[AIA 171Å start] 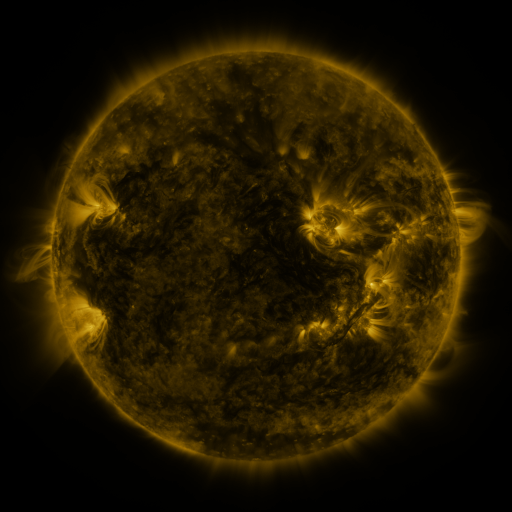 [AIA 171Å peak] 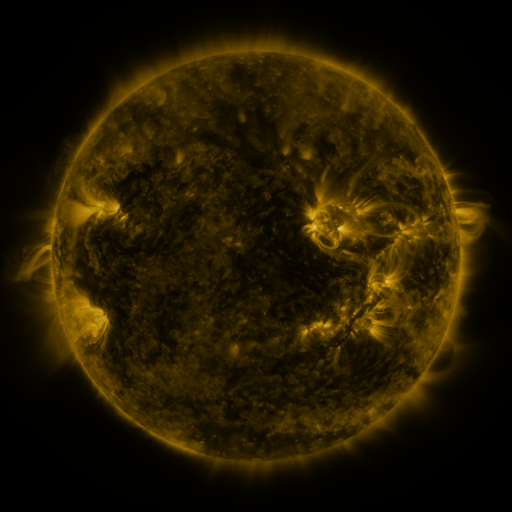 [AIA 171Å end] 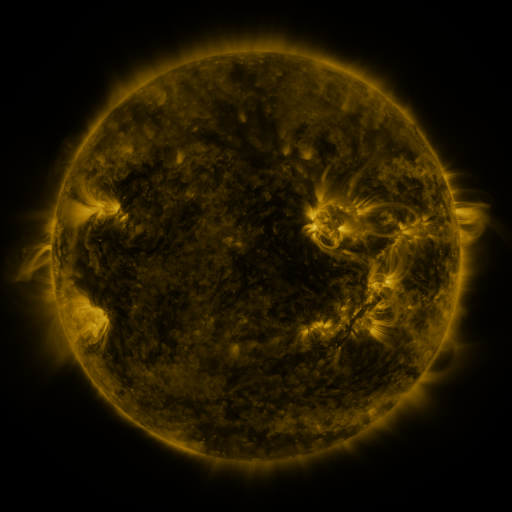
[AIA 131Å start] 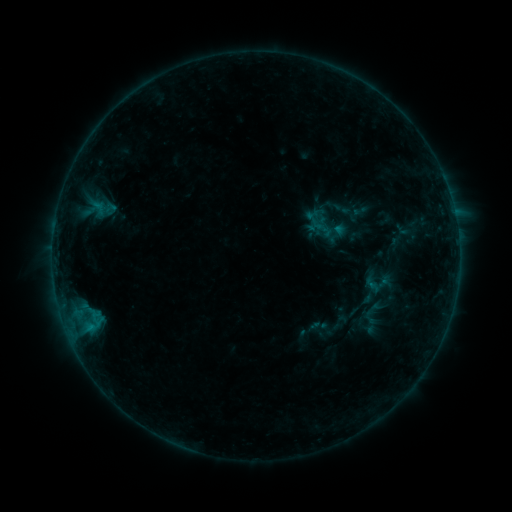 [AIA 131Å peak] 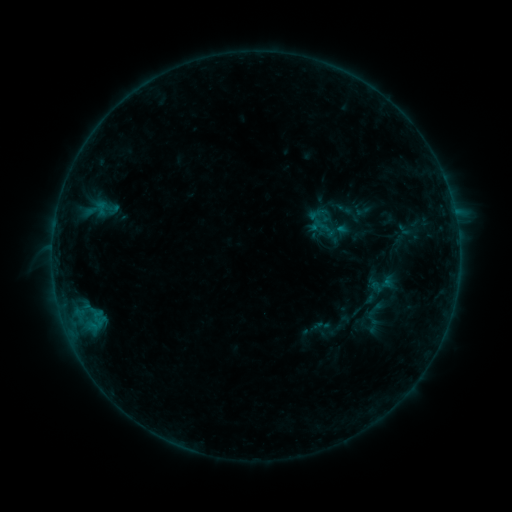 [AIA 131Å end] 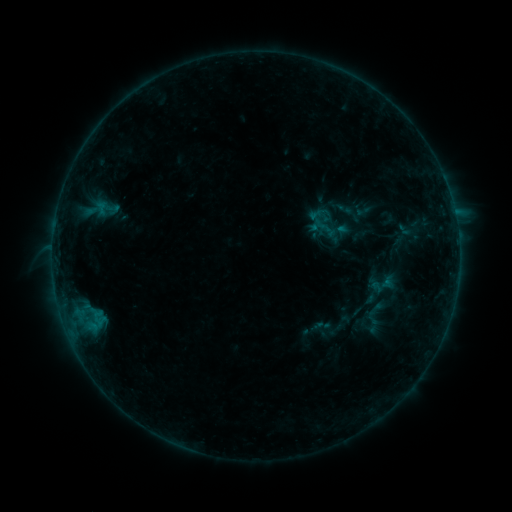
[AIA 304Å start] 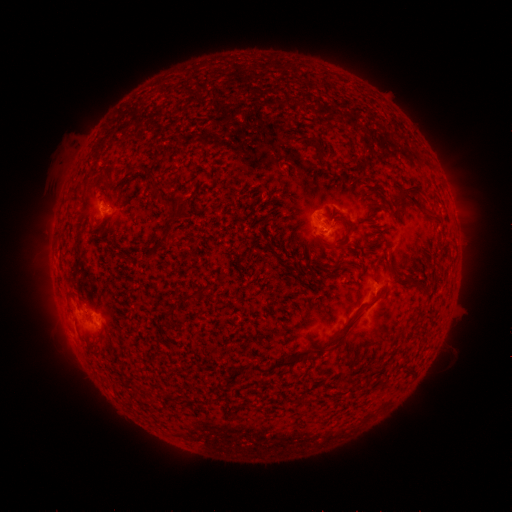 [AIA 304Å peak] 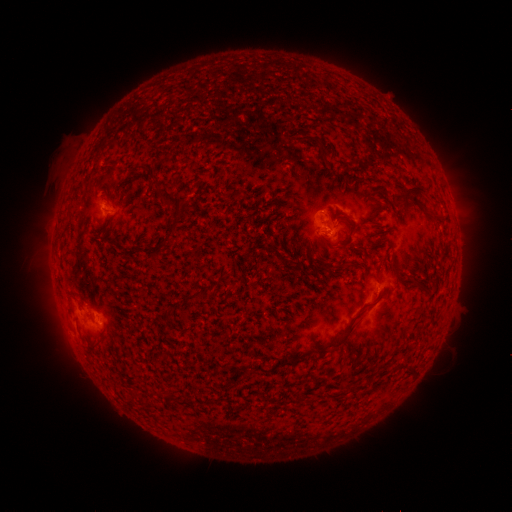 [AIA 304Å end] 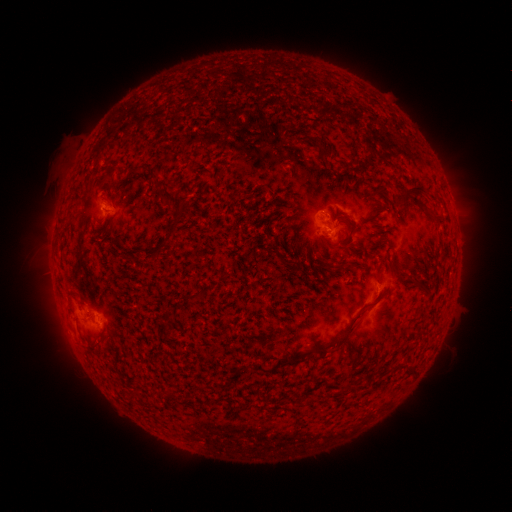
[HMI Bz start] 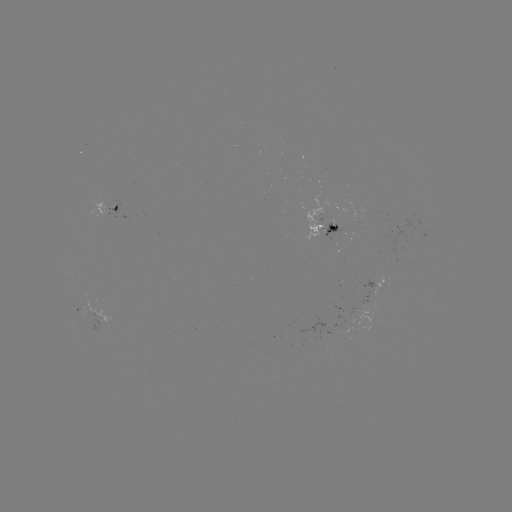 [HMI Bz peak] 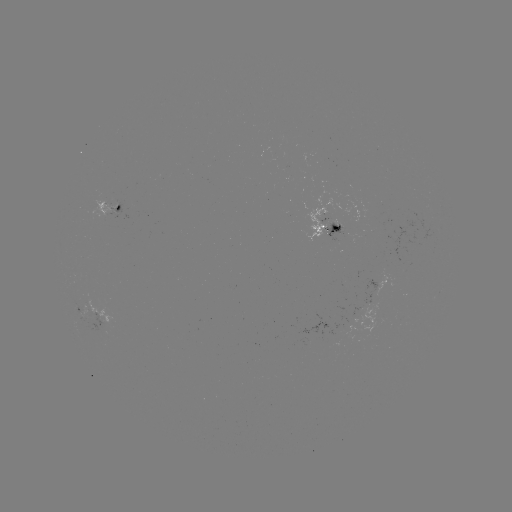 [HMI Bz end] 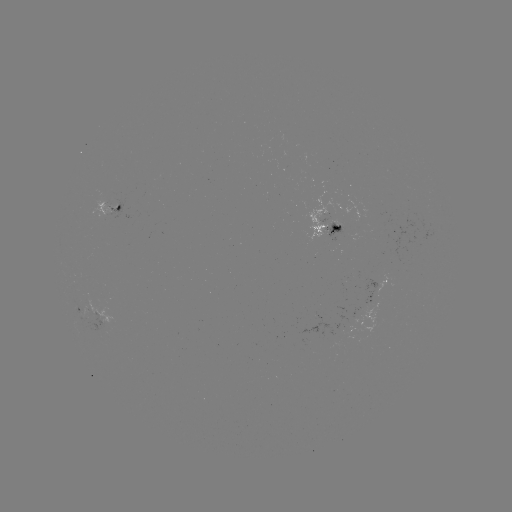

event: emerging-flux region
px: (323, 219)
